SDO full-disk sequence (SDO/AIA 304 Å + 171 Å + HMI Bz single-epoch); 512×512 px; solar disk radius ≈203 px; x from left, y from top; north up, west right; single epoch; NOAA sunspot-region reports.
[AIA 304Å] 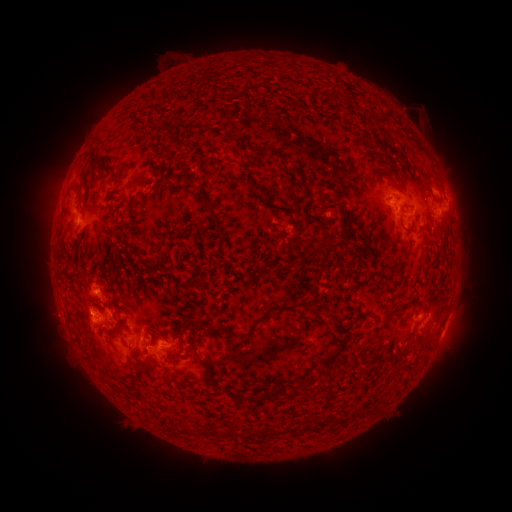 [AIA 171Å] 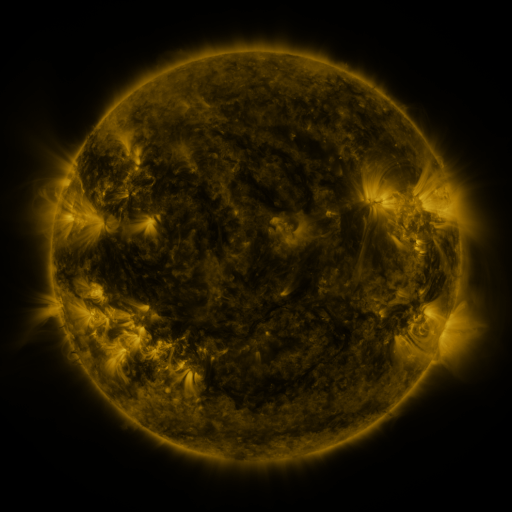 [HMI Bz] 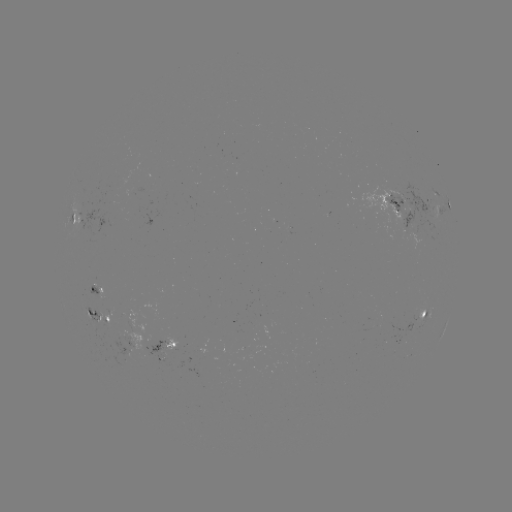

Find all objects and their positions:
spotted active region: (427, 197)
spotted active region: (448, 200)
spotted active region: (389, 201)
spotted active region: (73, 217)
spotted active region: (100, 292)
spotted active region: (425, 313)
spotted active region: (105, 320)
spotted active region: (443, 332)
spotted active region: (167, 346)
